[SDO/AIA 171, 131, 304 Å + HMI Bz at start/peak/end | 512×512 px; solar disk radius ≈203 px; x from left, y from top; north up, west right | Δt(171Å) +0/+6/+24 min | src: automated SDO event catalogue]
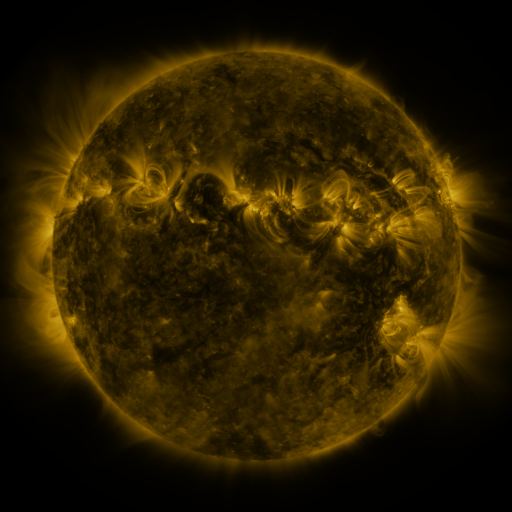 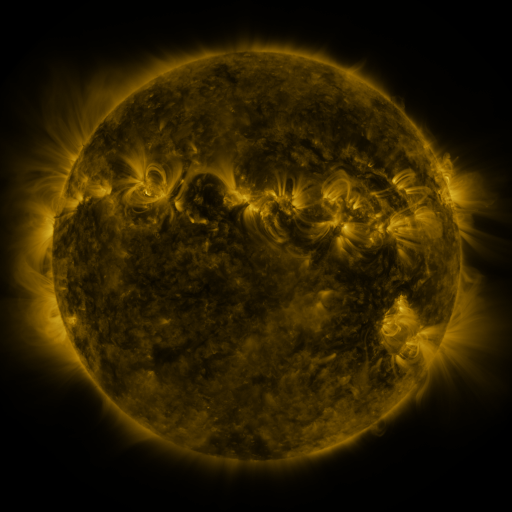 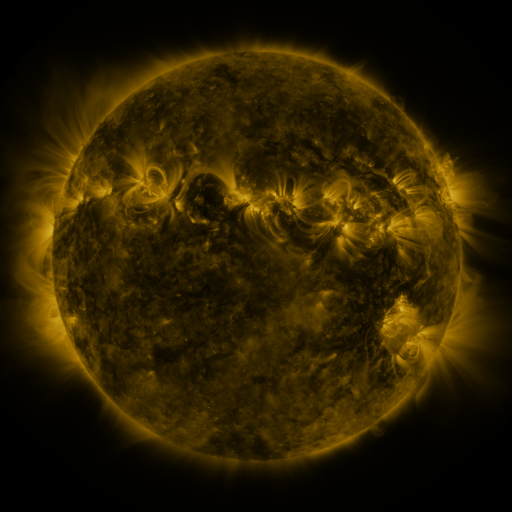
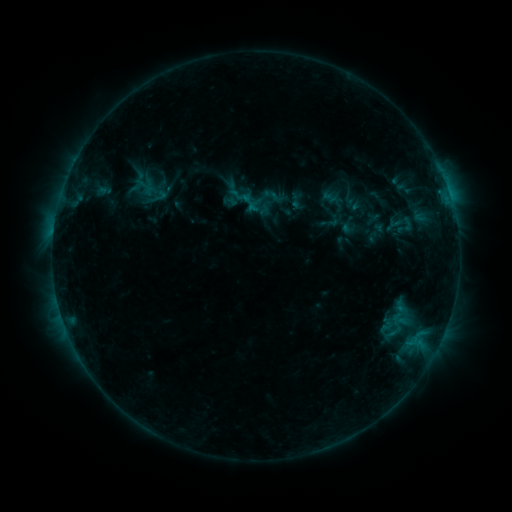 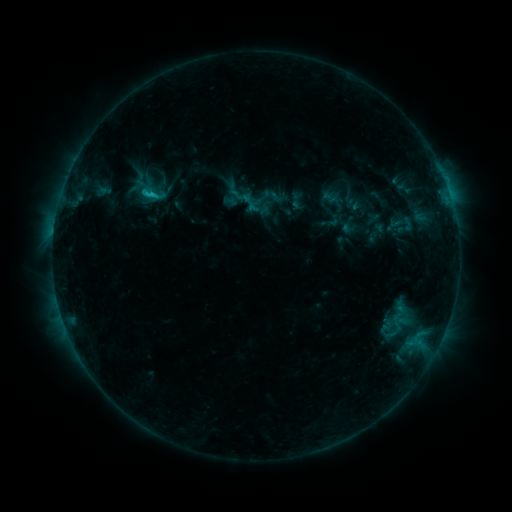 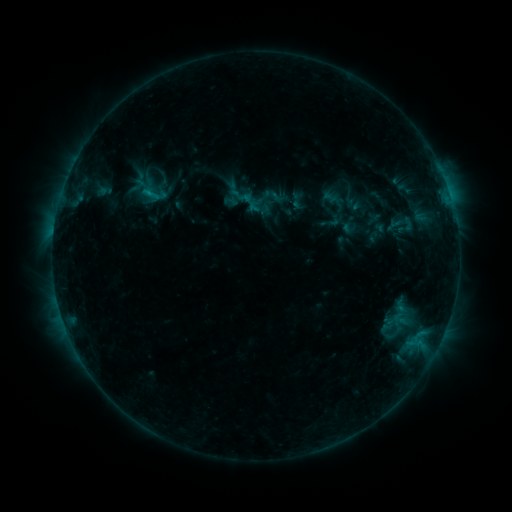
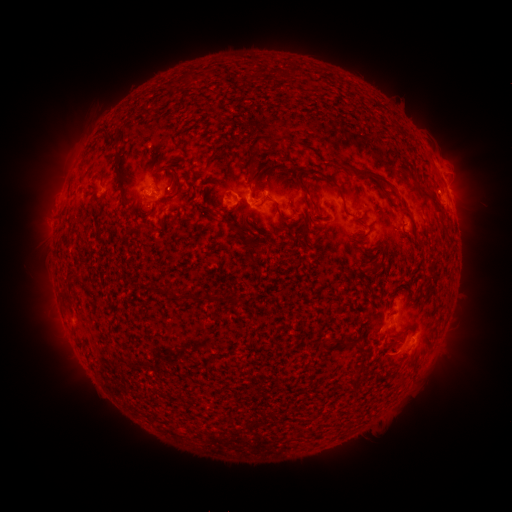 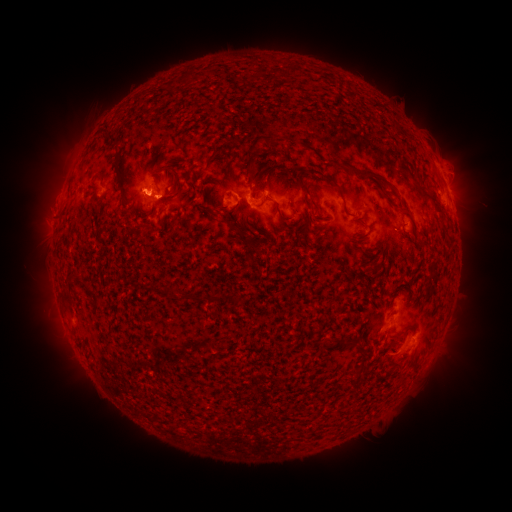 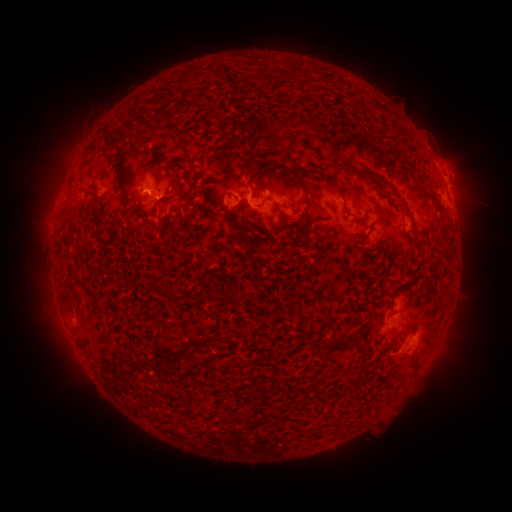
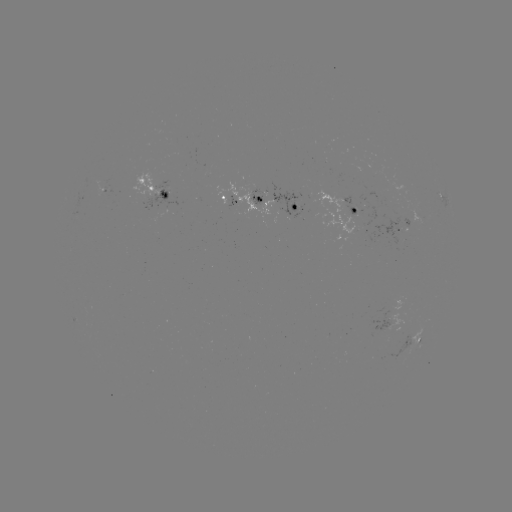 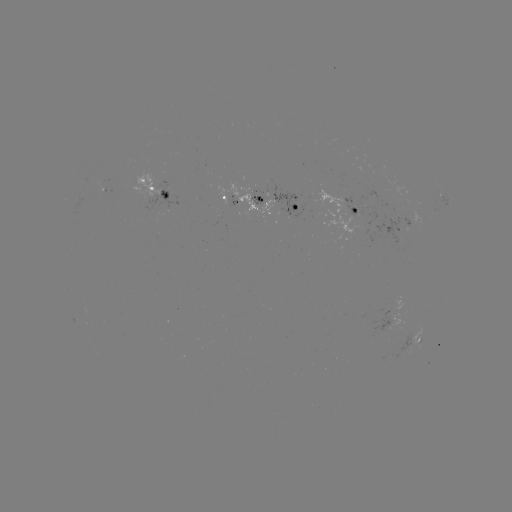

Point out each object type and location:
C1.0 flare: (153, 197)
